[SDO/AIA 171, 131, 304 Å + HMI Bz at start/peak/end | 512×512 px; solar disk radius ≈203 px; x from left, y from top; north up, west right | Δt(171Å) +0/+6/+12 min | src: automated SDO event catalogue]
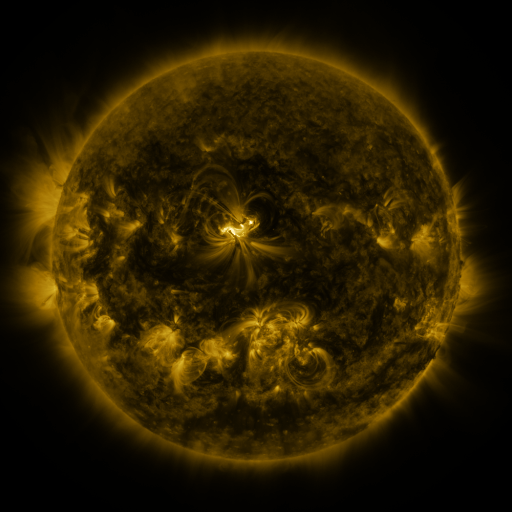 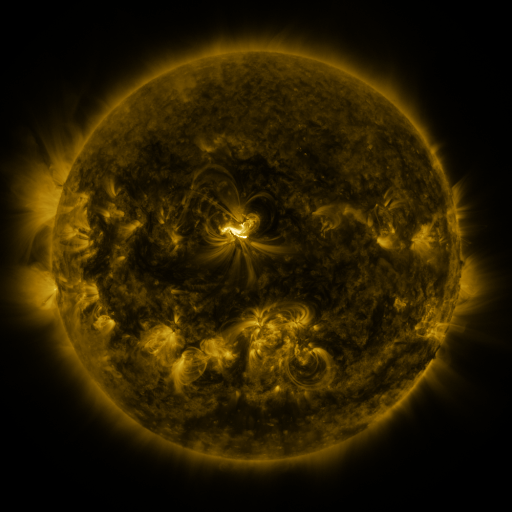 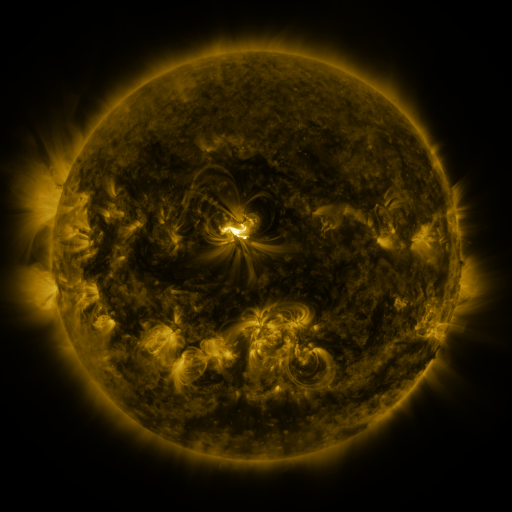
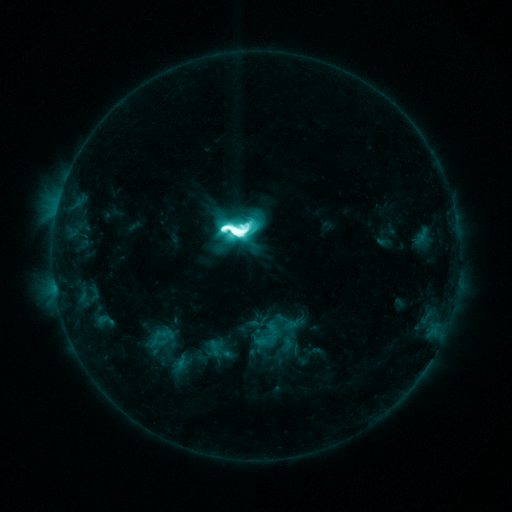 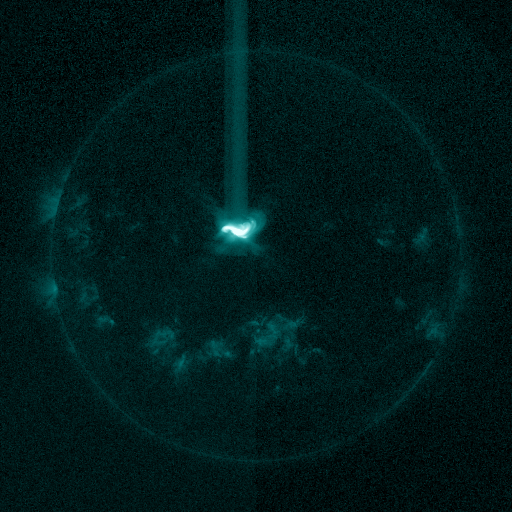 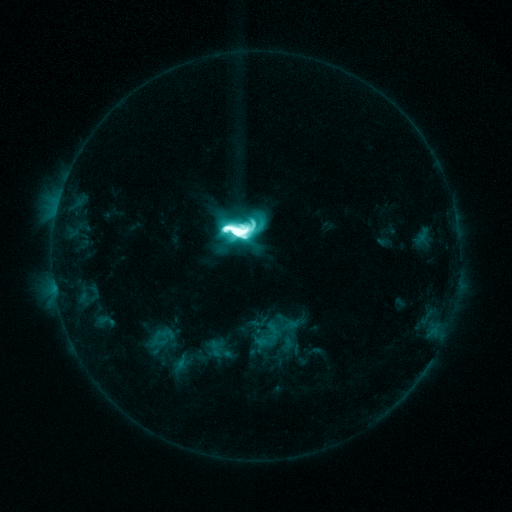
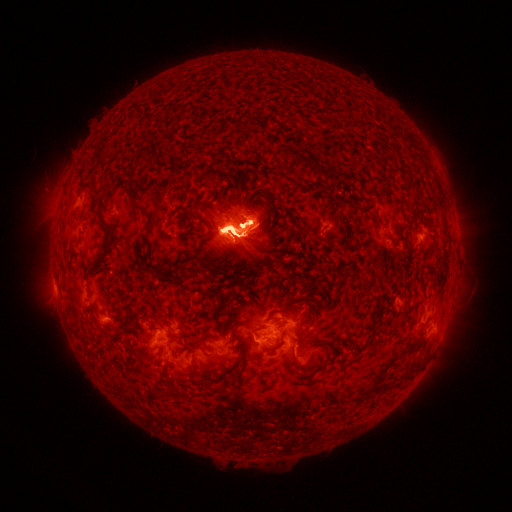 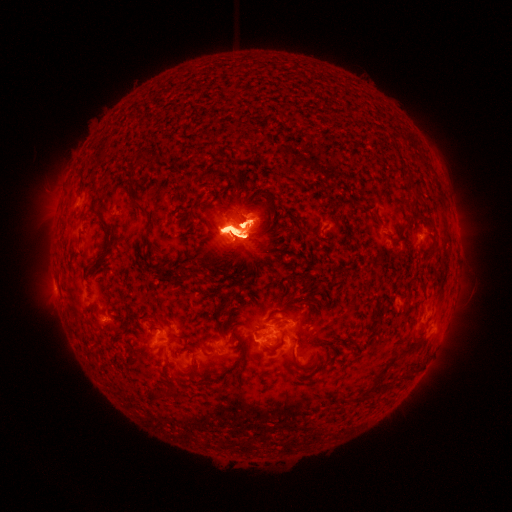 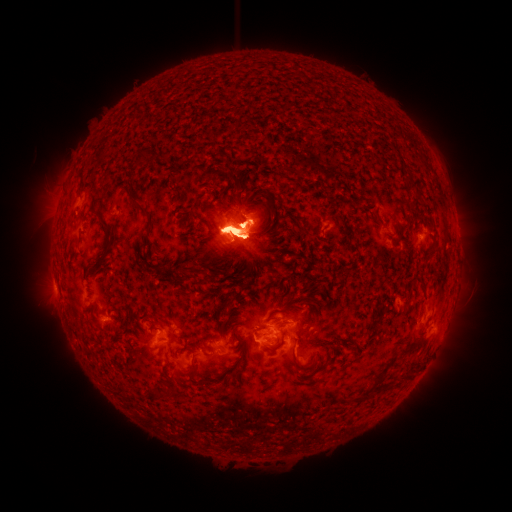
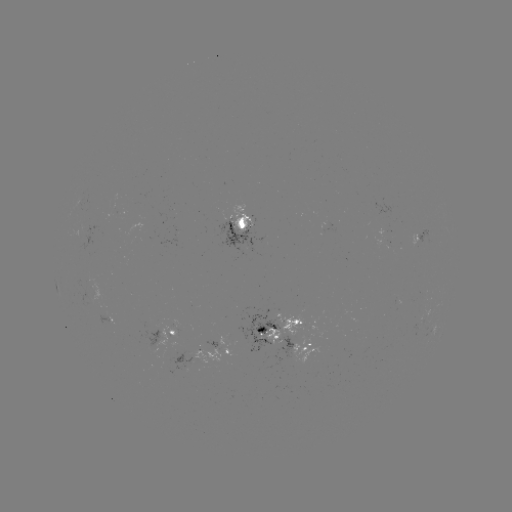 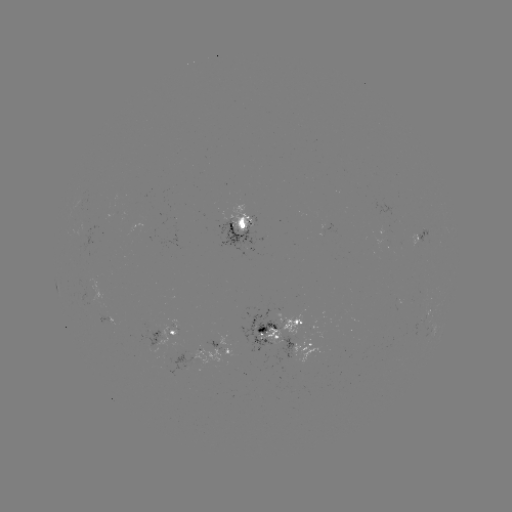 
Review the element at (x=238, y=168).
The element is eruption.